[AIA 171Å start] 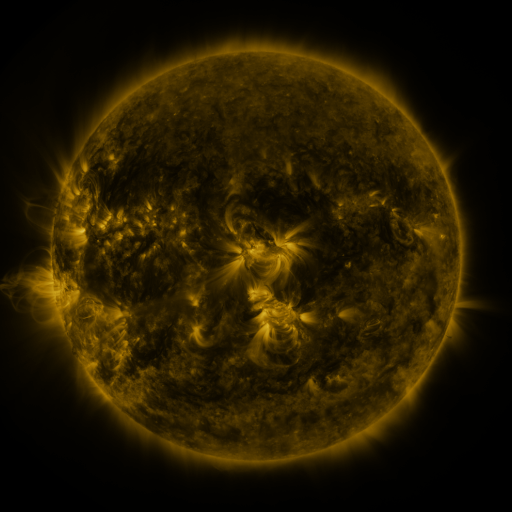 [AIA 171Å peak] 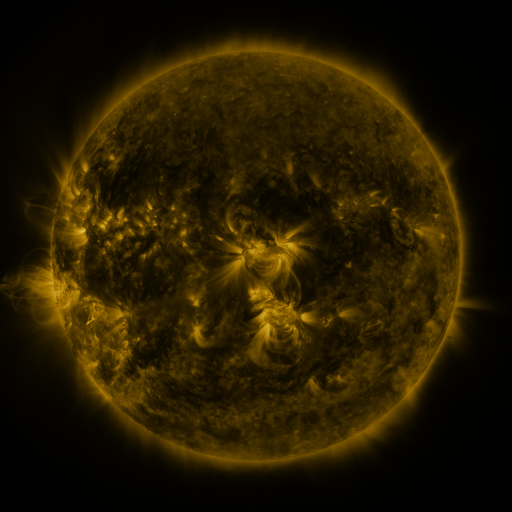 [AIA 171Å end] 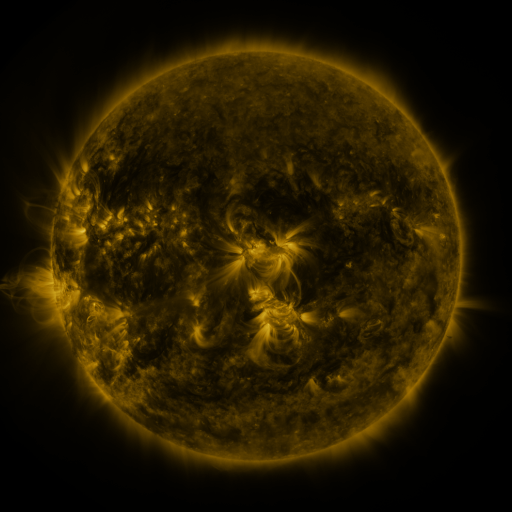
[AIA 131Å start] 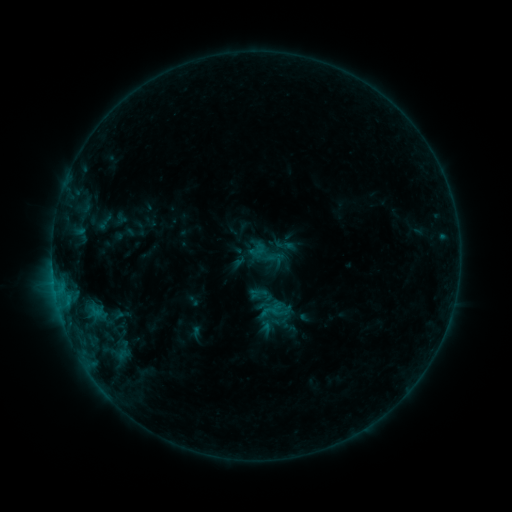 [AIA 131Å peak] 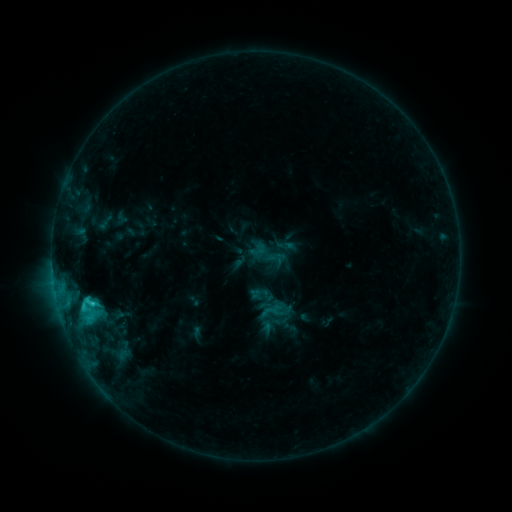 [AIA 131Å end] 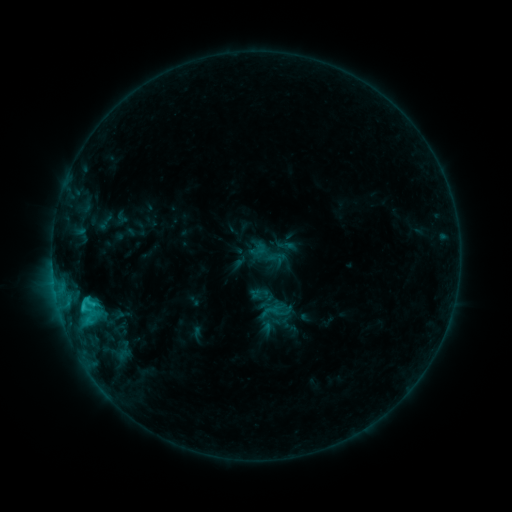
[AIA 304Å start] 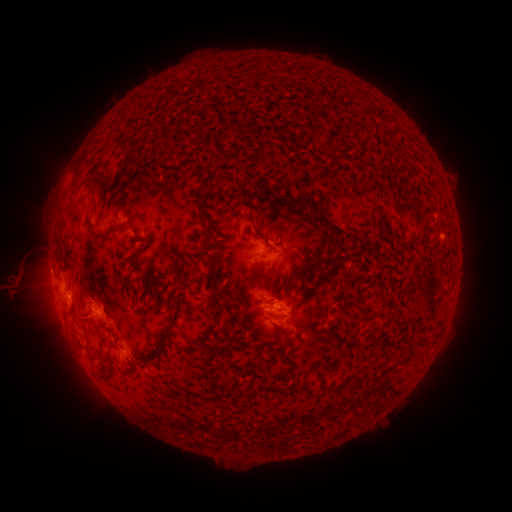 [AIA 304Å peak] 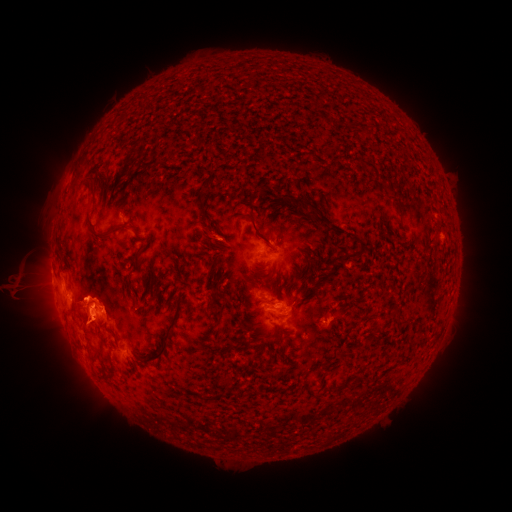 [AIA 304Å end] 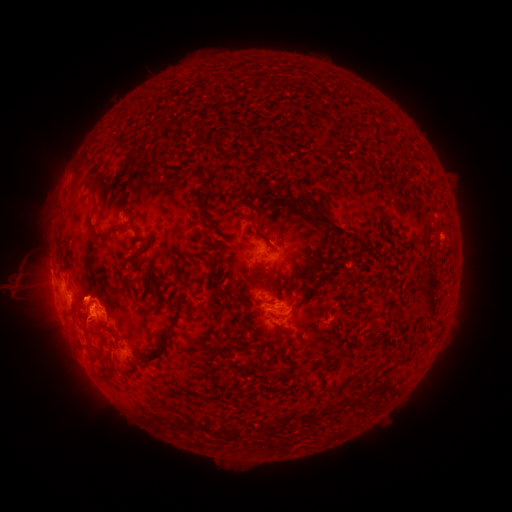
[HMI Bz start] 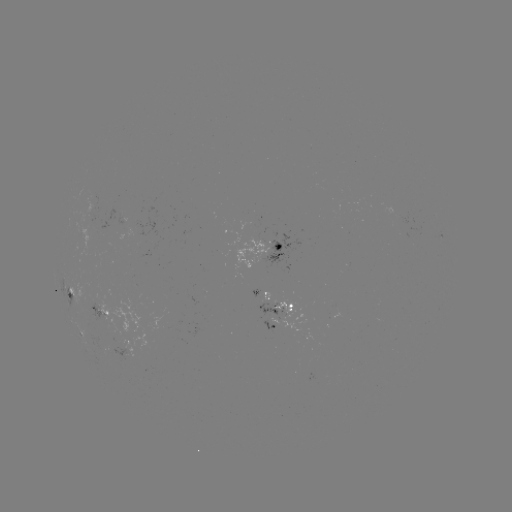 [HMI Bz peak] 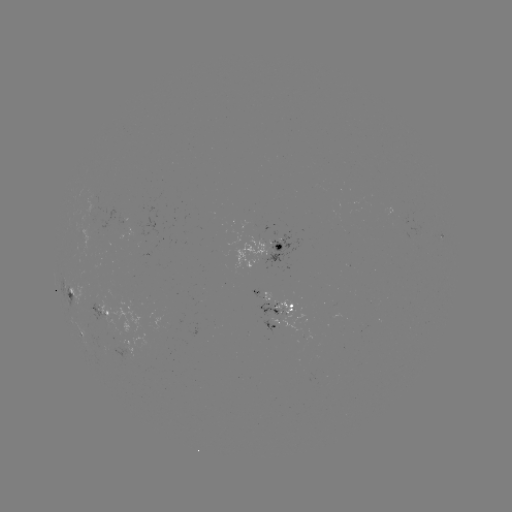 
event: flare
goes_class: C2.4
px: (93, 302)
